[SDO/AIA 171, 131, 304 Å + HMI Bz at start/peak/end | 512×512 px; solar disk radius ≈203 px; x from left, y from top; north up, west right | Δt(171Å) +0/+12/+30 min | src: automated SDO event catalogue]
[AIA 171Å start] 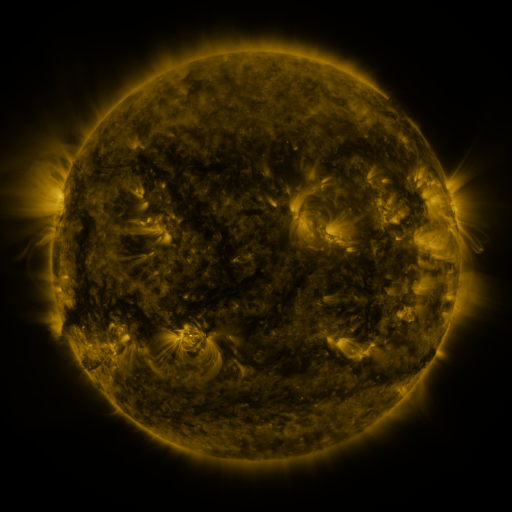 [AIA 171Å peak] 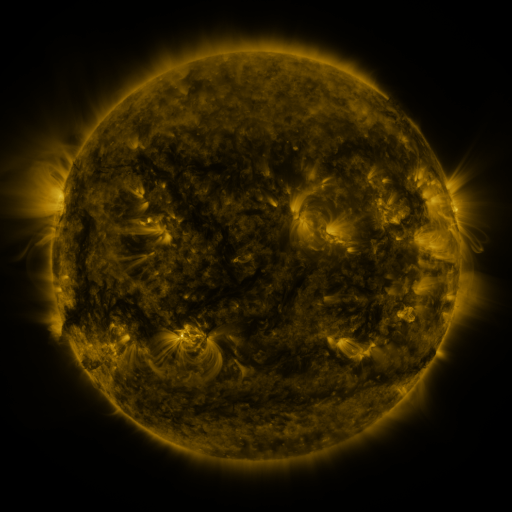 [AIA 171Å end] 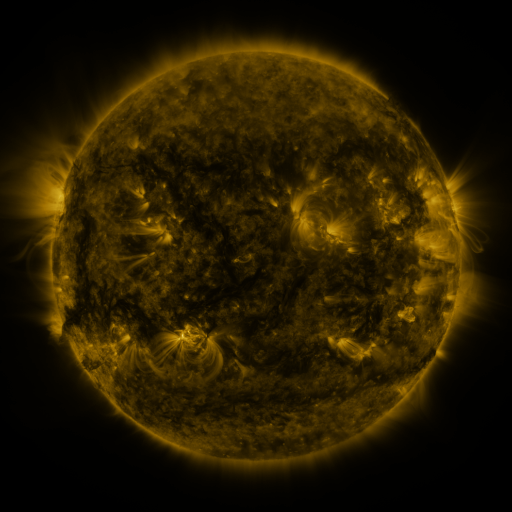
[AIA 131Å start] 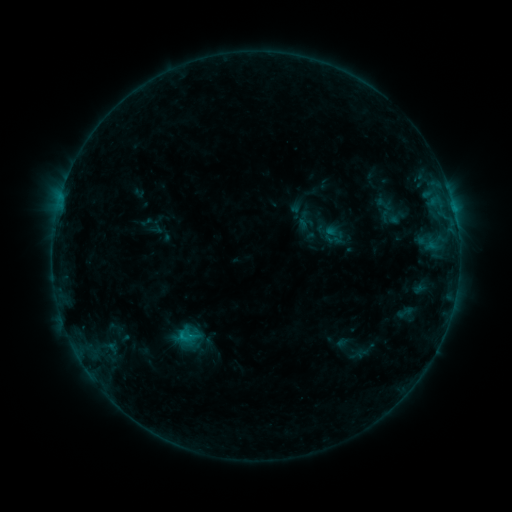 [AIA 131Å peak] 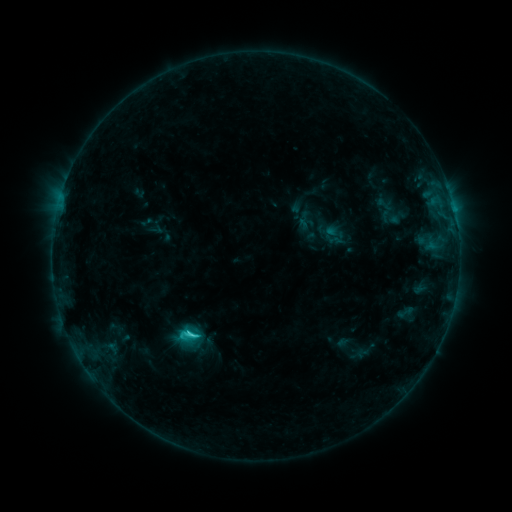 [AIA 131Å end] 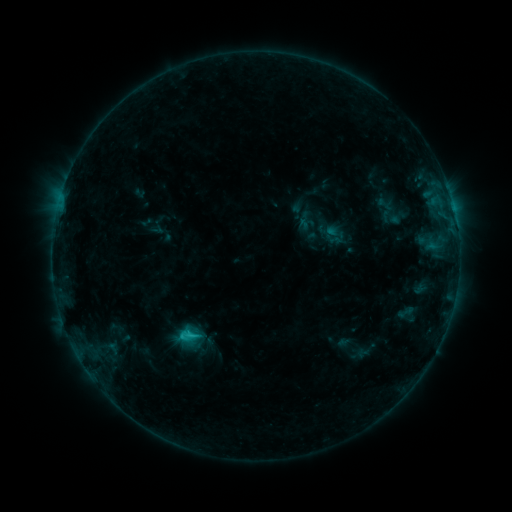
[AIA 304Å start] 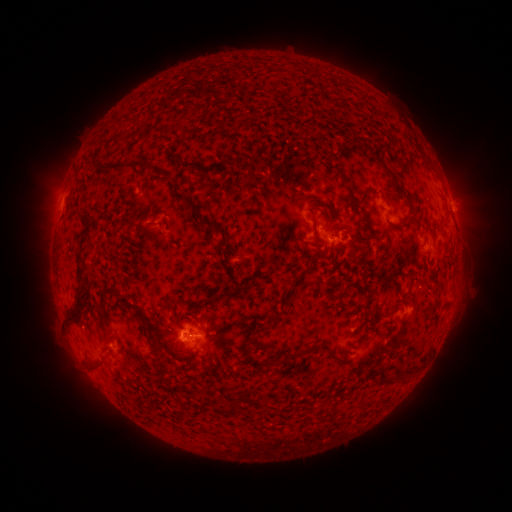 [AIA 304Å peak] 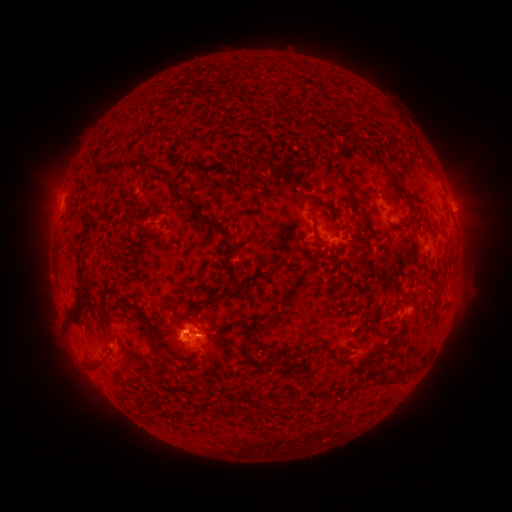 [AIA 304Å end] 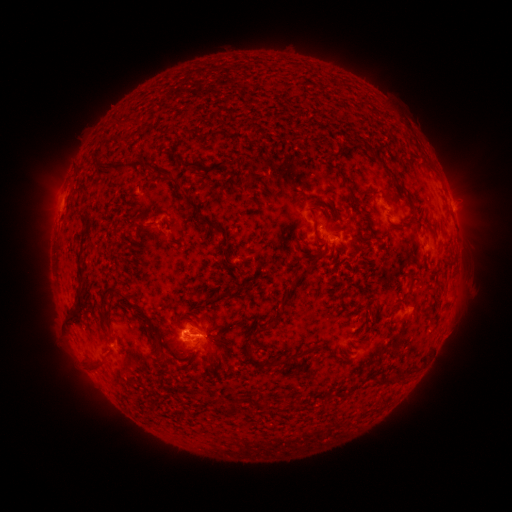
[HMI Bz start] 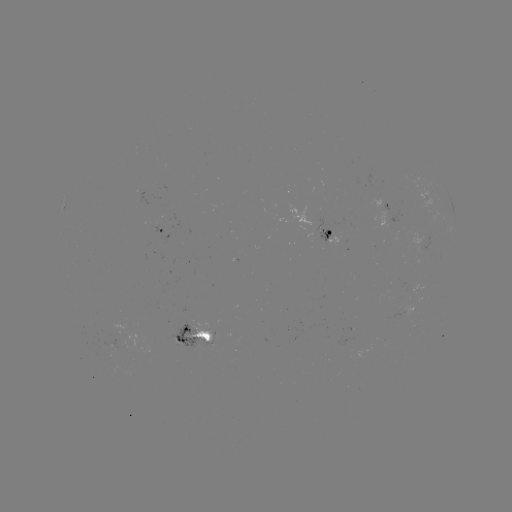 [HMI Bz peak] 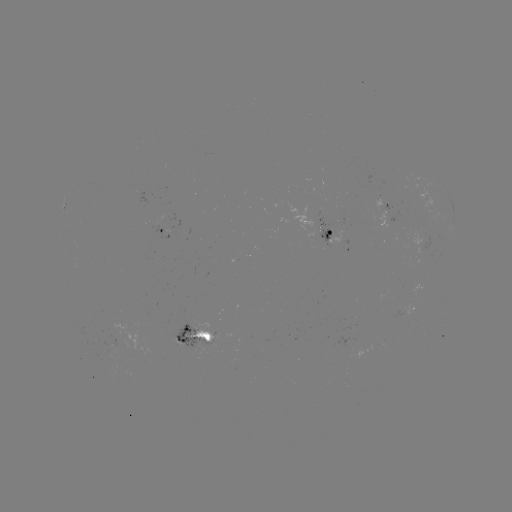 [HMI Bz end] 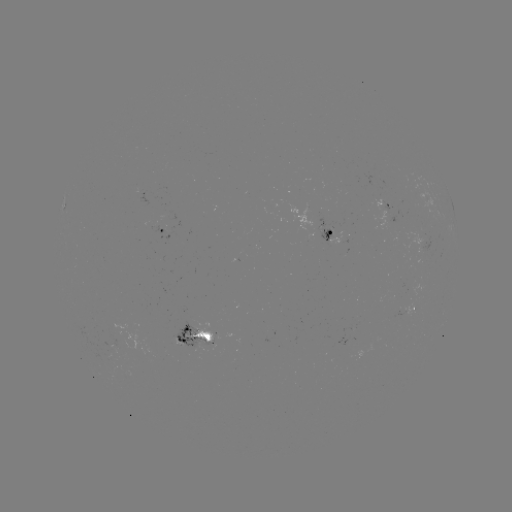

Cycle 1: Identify C2.1 flare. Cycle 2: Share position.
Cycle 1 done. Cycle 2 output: (192, 331).